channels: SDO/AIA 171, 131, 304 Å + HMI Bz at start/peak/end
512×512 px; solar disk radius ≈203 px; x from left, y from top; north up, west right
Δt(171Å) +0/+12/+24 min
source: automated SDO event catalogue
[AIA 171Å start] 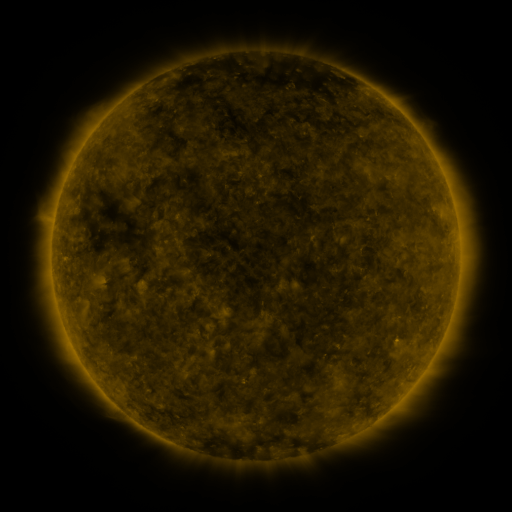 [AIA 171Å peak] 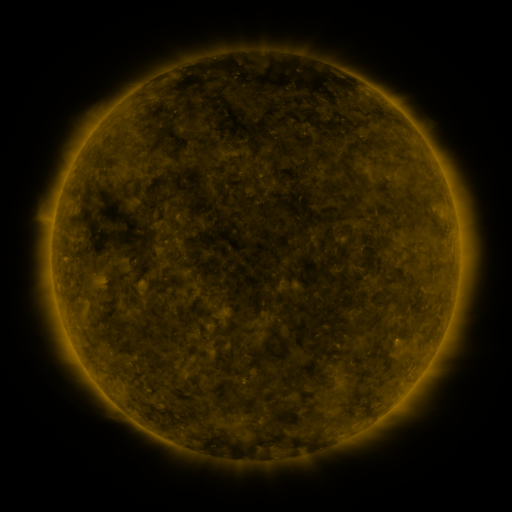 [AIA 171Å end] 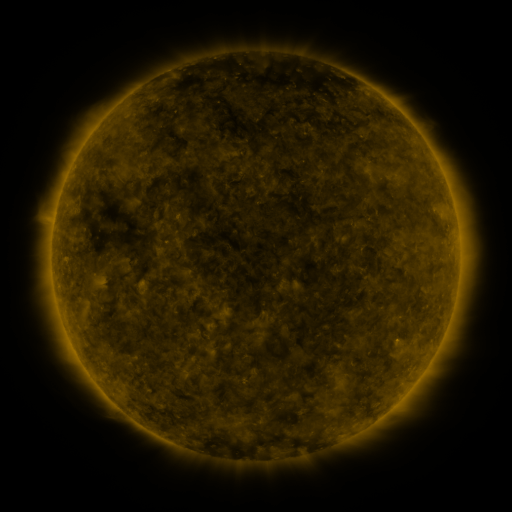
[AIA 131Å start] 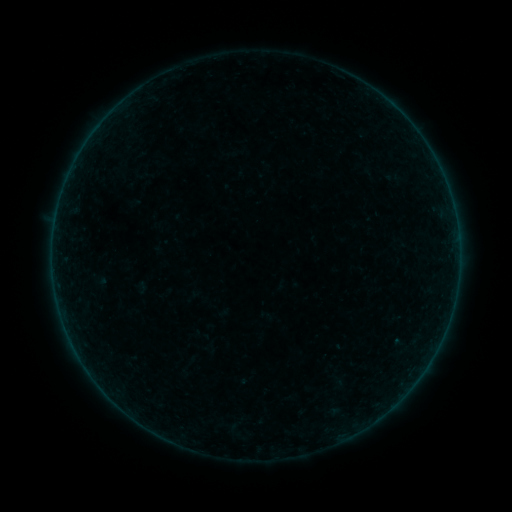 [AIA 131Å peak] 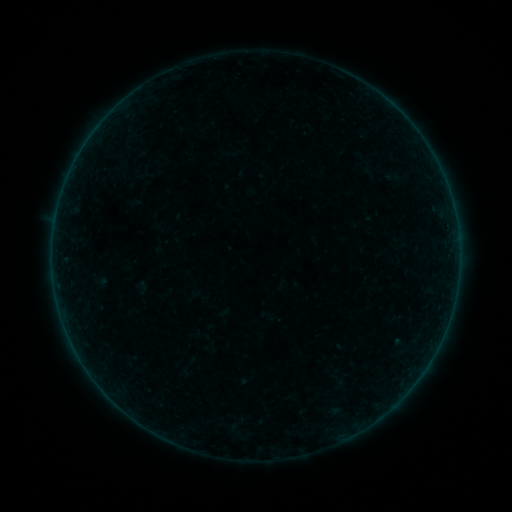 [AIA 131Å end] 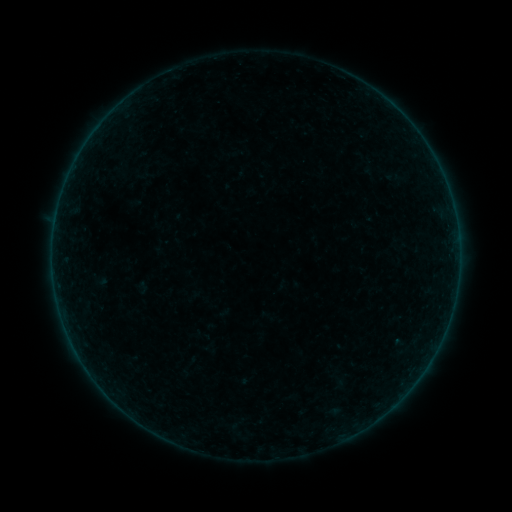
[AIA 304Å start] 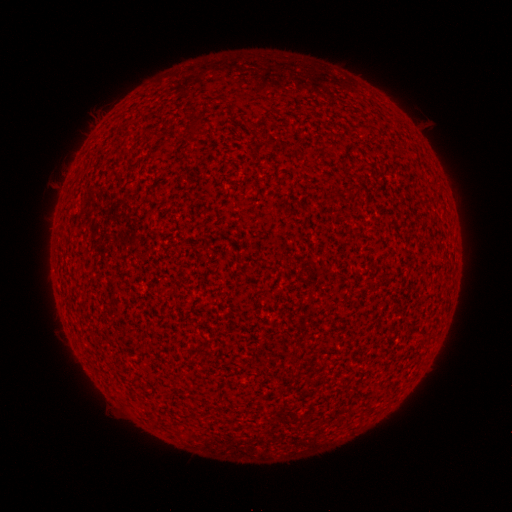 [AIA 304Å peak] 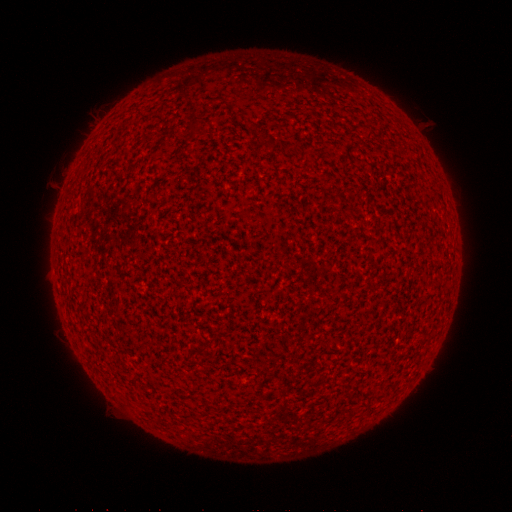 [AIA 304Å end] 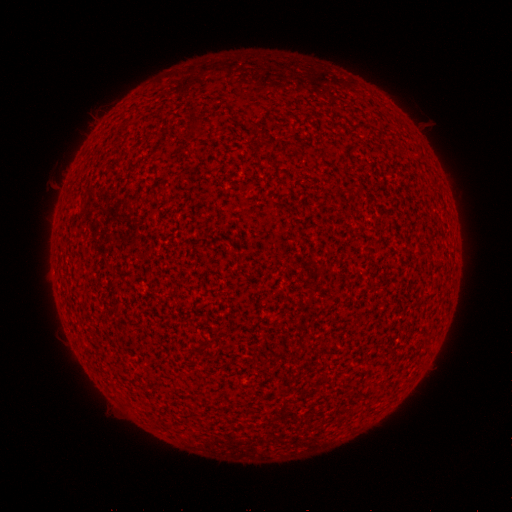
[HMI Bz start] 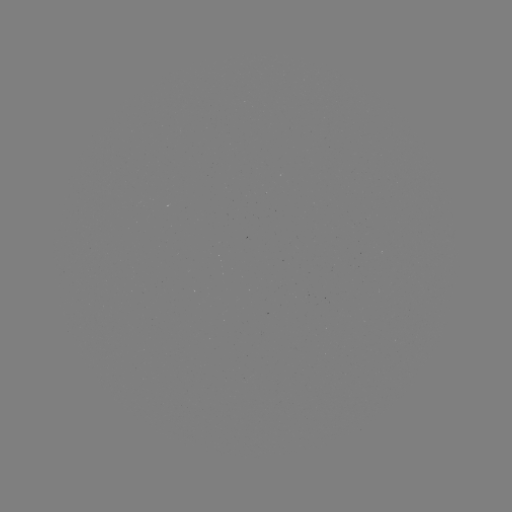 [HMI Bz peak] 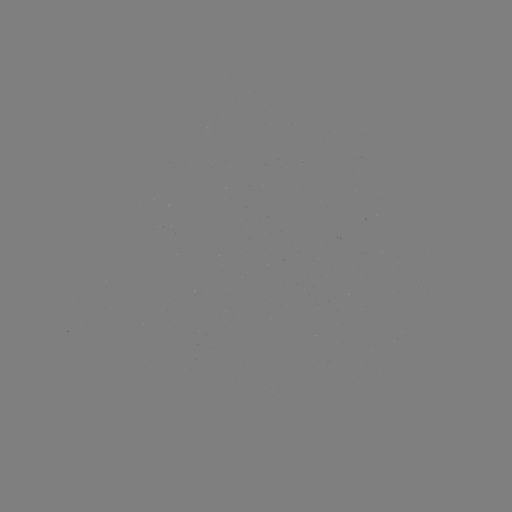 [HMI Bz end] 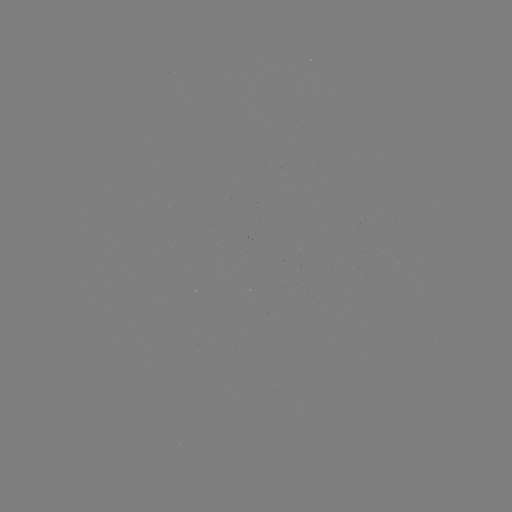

nothing was catalogued: no classed flare, no EUV trigger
